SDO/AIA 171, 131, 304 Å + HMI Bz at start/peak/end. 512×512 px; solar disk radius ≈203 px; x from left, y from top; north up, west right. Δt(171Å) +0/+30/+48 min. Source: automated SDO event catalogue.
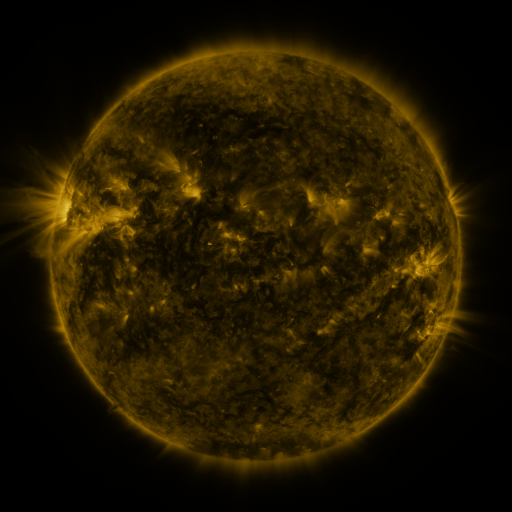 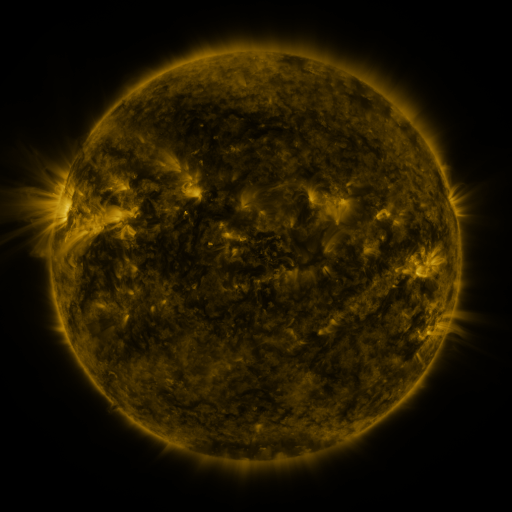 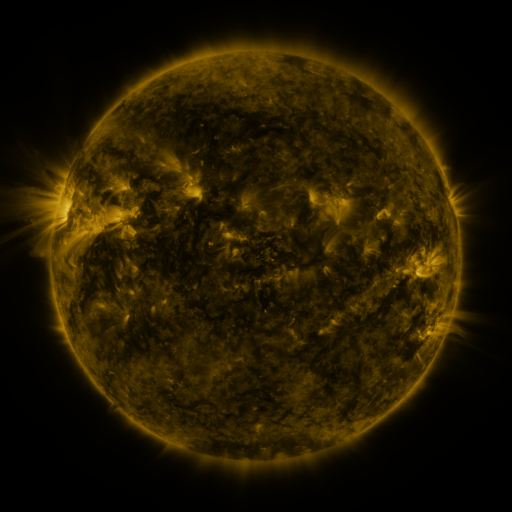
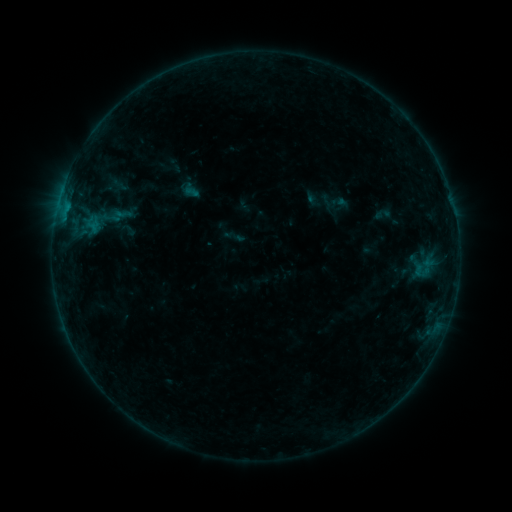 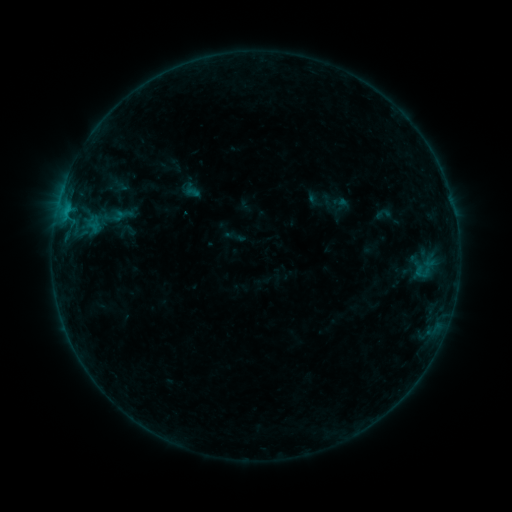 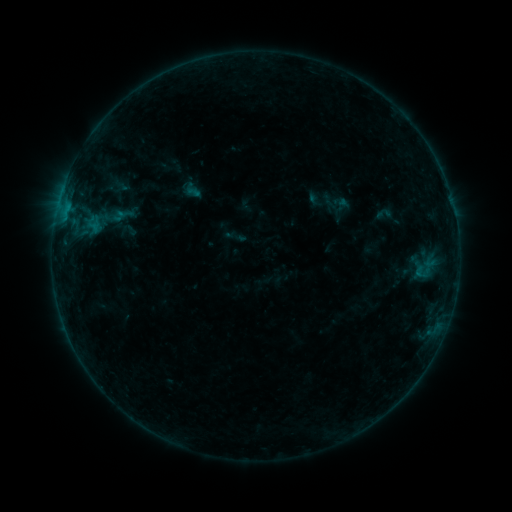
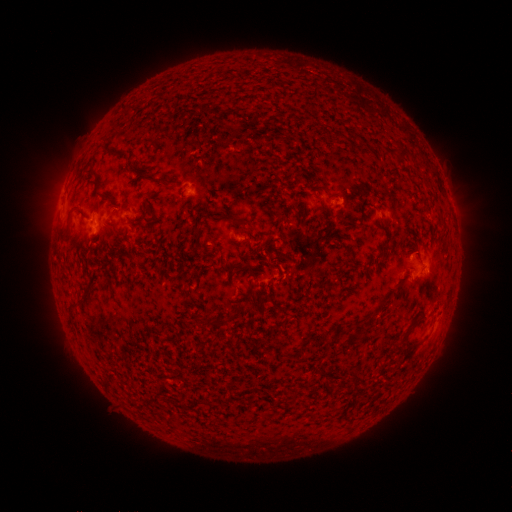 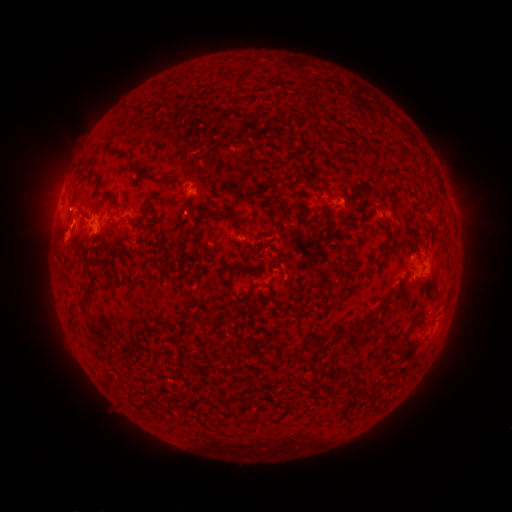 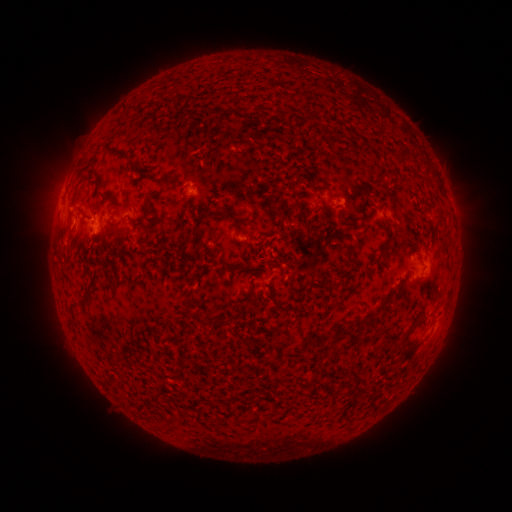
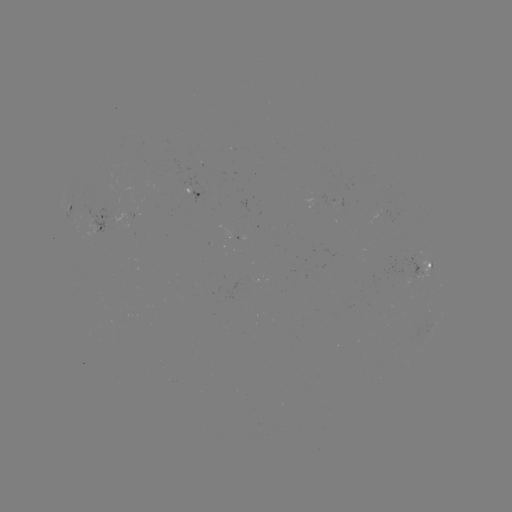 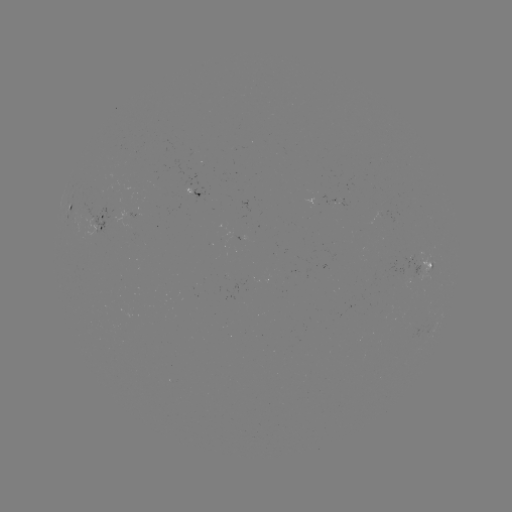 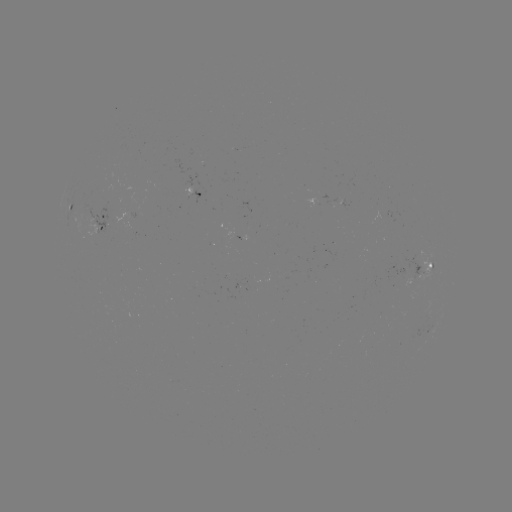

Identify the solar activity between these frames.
B5.2 flare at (67, 215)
